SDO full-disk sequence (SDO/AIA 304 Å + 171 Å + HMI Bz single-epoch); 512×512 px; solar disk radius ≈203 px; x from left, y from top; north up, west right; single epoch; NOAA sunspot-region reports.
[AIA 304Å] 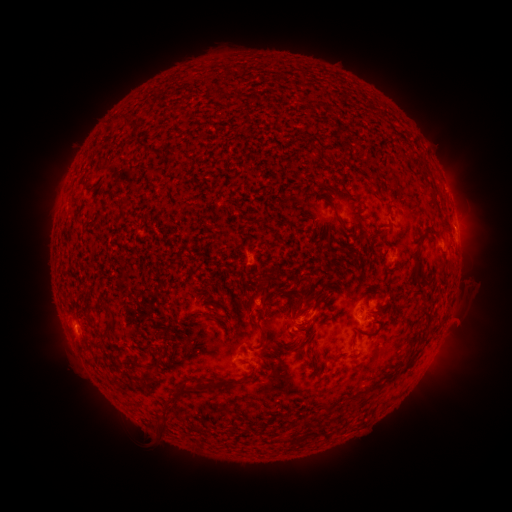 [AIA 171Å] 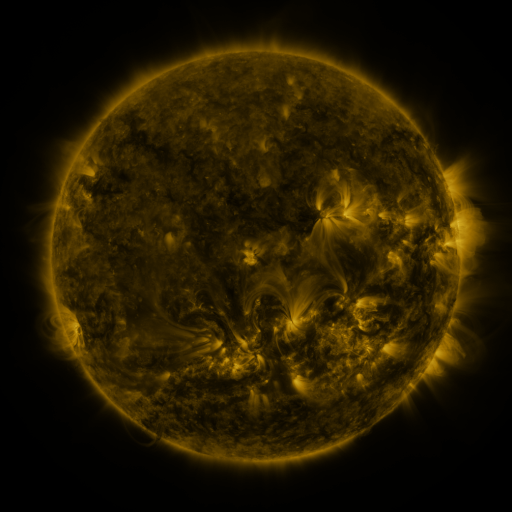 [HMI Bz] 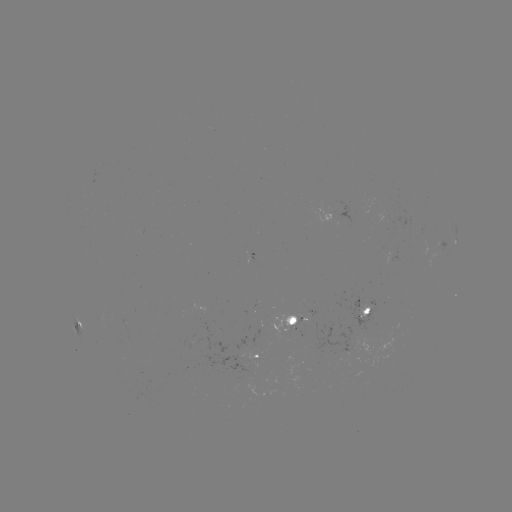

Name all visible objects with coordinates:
spotted active region: (455, 222)
spotted active region: (368, 306)
spotted active region: (297, 320)
spotted active region: (81, 321)
spotted active region: (259, 353)
